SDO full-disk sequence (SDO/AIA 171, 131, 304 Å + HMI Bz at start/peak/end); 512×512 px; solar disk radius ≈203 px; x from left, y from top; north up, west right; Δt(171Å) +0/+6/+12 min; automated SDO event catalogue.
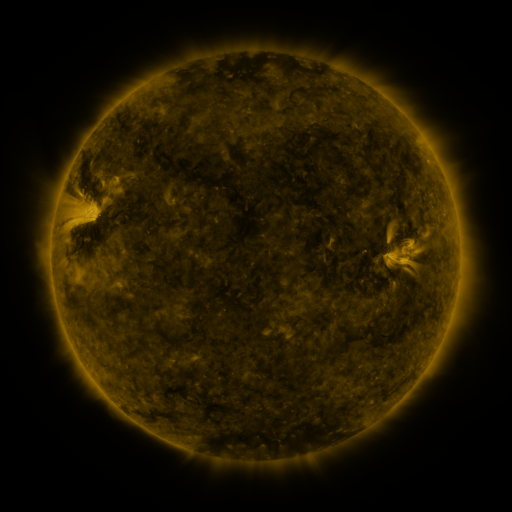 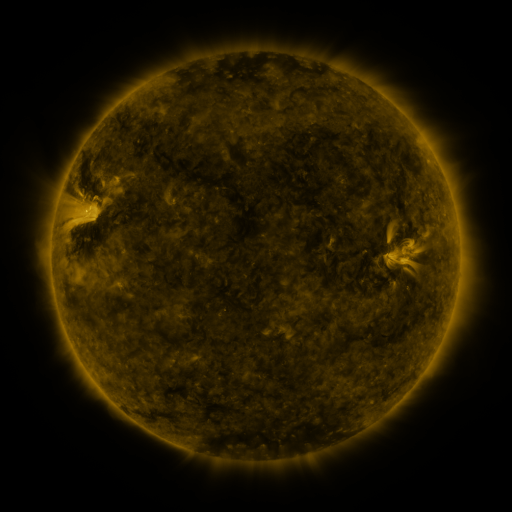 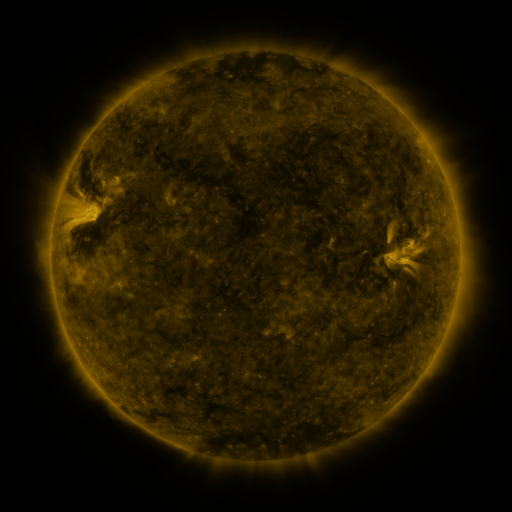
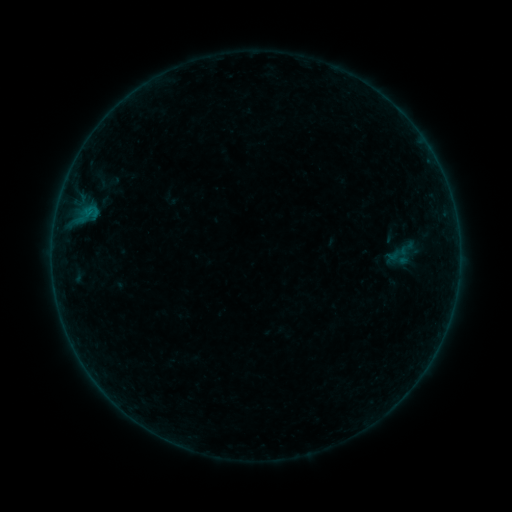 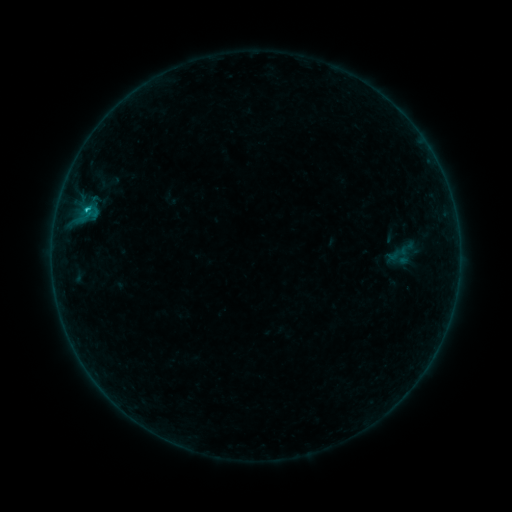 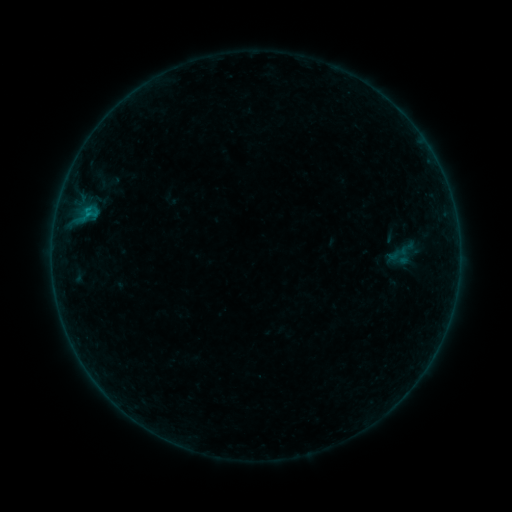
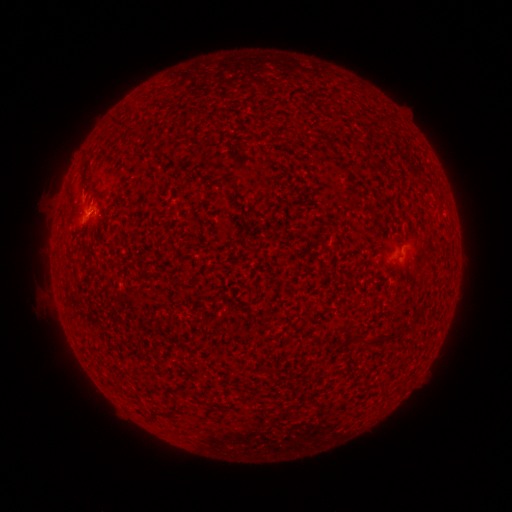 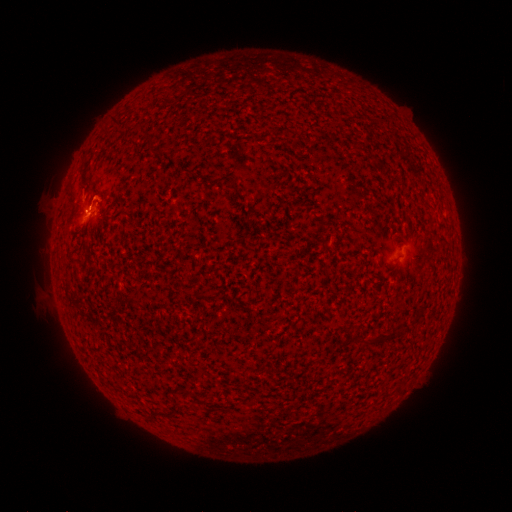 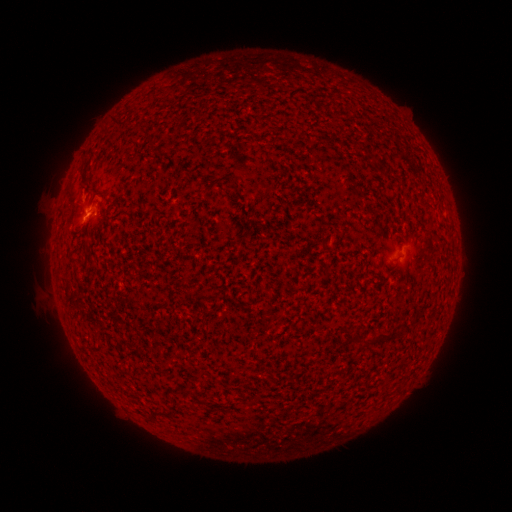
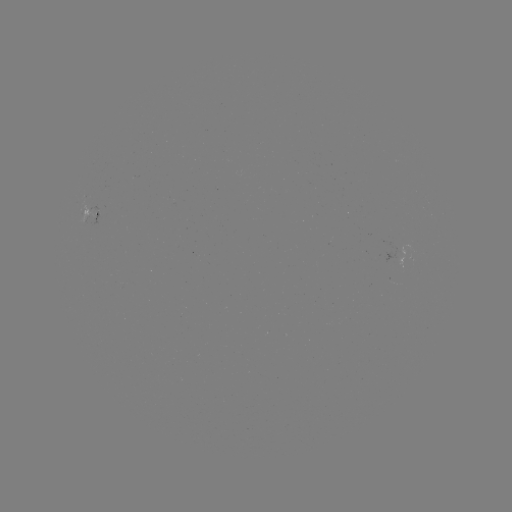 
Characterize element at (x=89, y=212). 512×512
B3.9 flare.